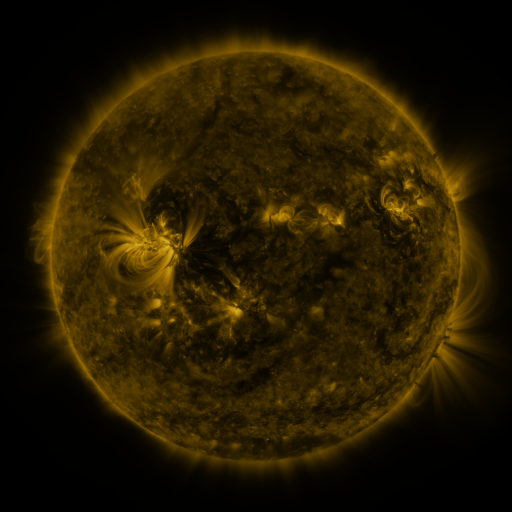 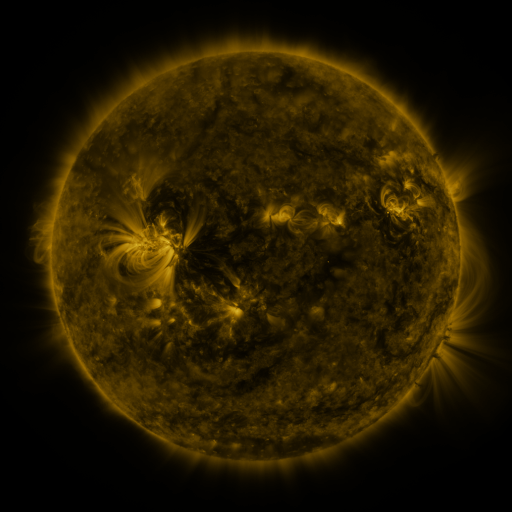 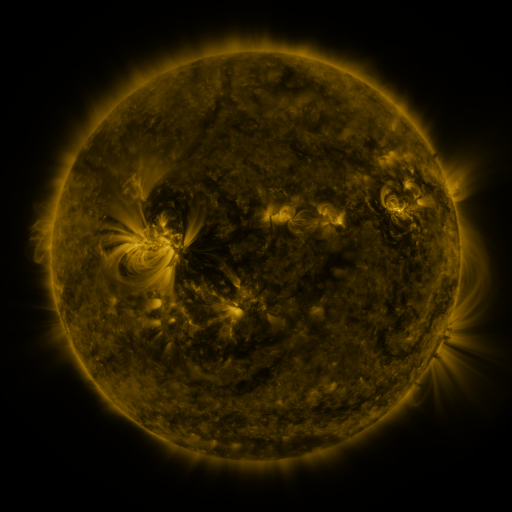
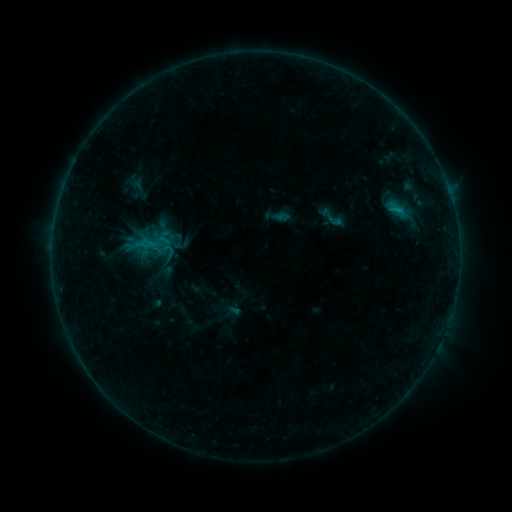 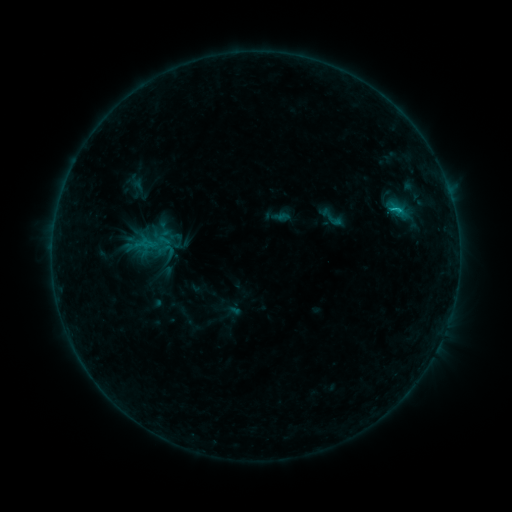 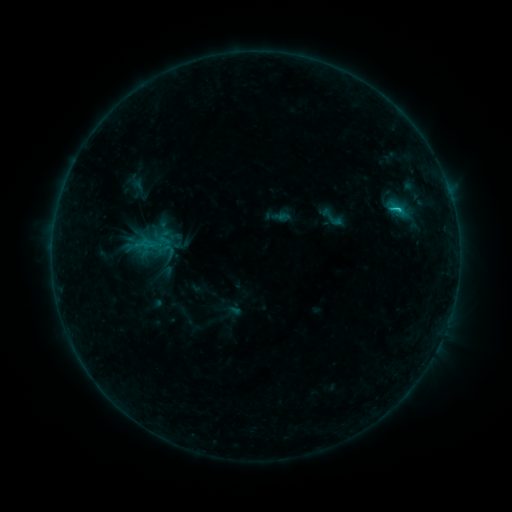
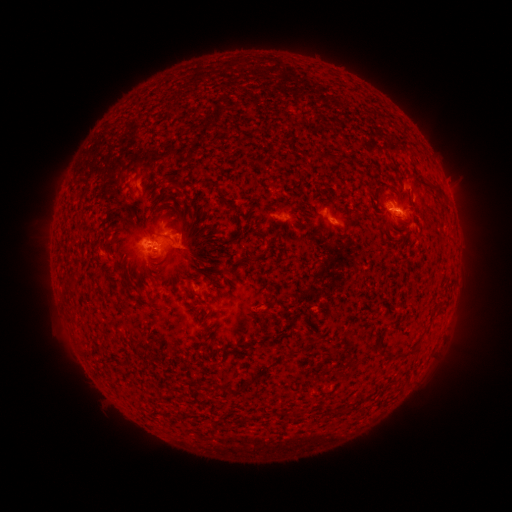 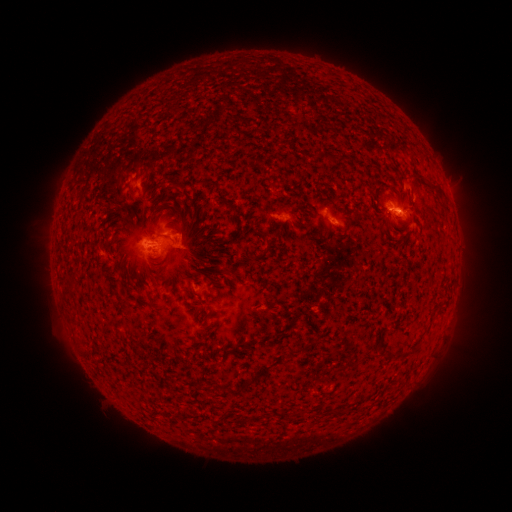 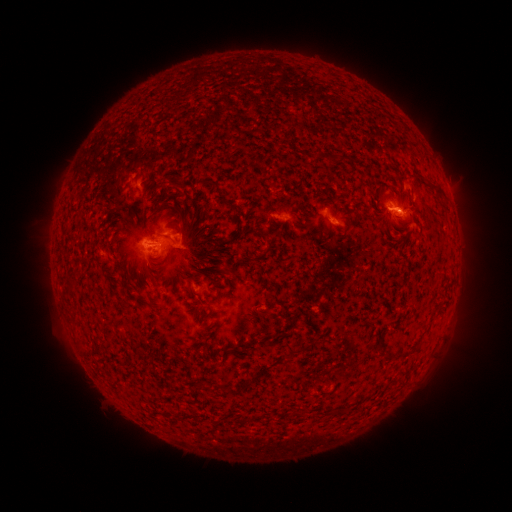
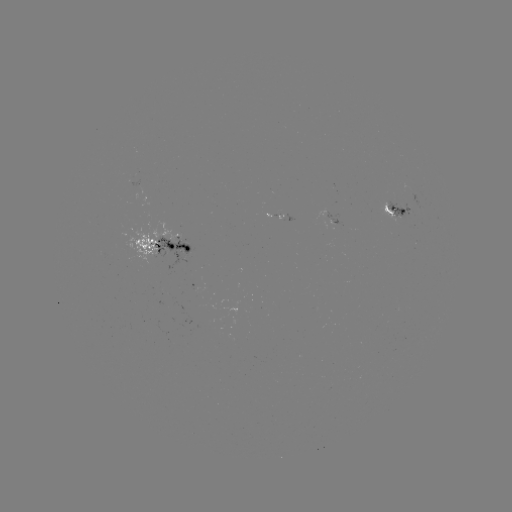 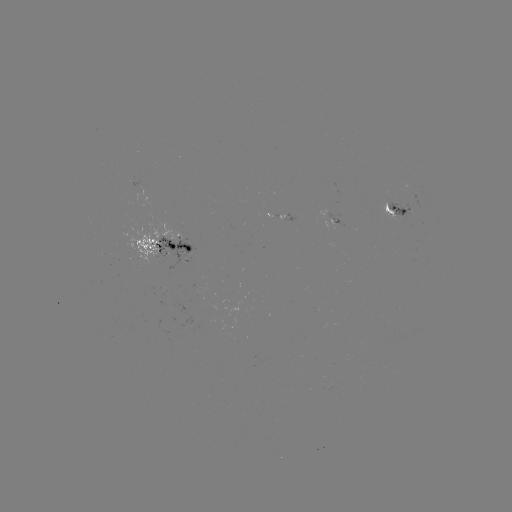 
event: flare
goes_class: C1.2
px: (394, 210)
